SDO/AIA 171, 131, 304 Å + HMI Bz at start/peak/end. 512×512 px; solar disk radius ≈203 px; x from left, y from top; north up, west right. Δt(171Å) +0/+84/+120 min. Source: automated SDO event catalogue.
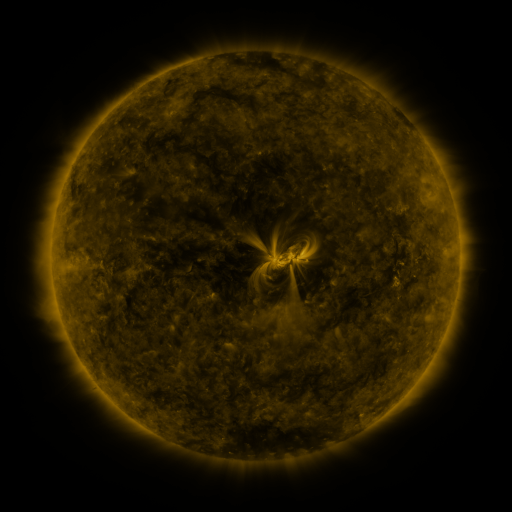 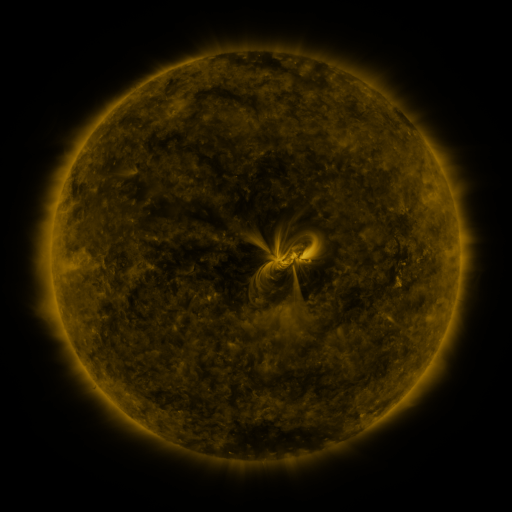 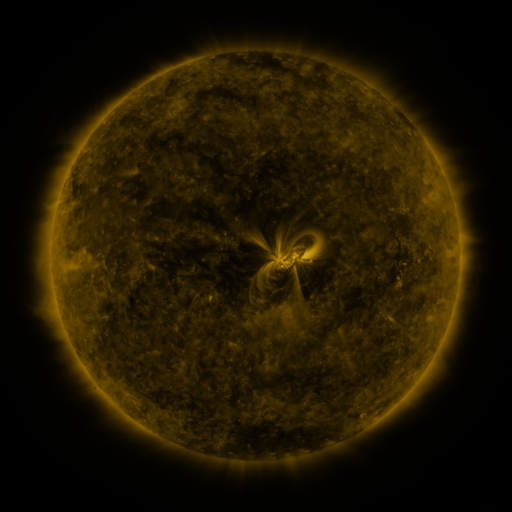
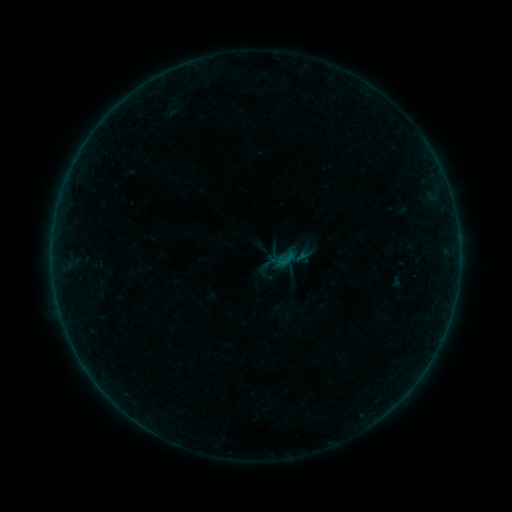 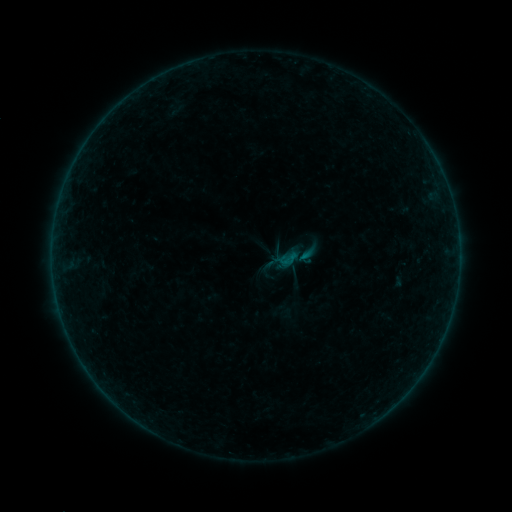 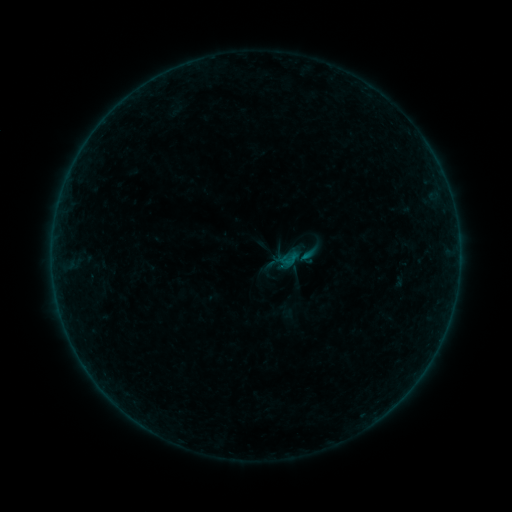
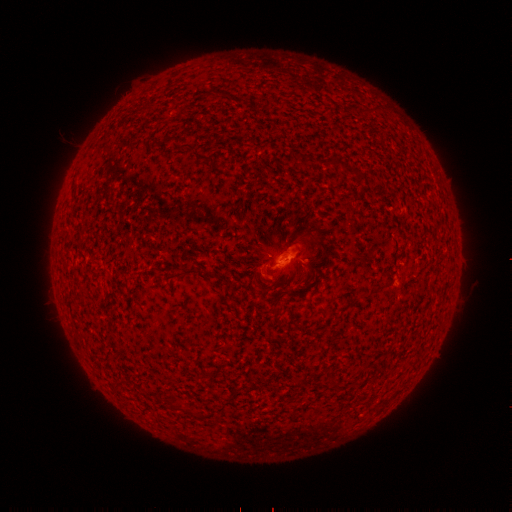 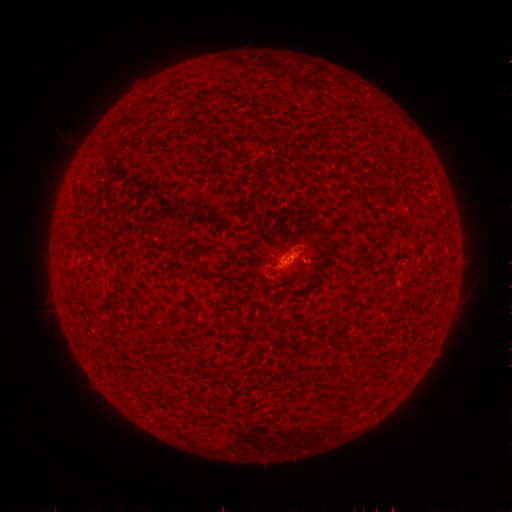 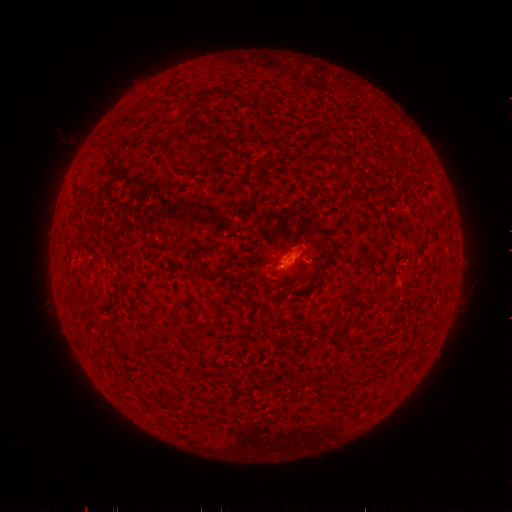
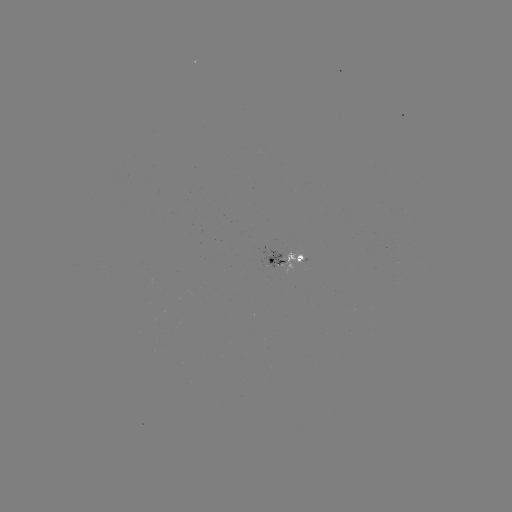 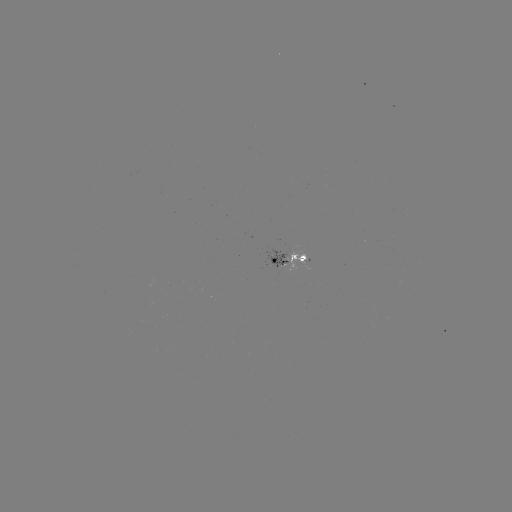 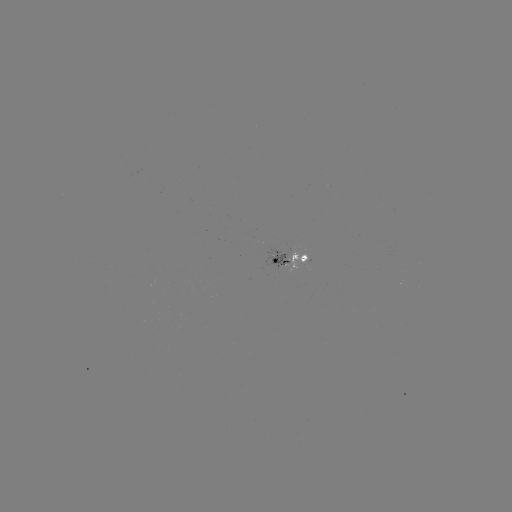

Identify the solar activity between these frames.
emerging-flux region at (274, 258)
